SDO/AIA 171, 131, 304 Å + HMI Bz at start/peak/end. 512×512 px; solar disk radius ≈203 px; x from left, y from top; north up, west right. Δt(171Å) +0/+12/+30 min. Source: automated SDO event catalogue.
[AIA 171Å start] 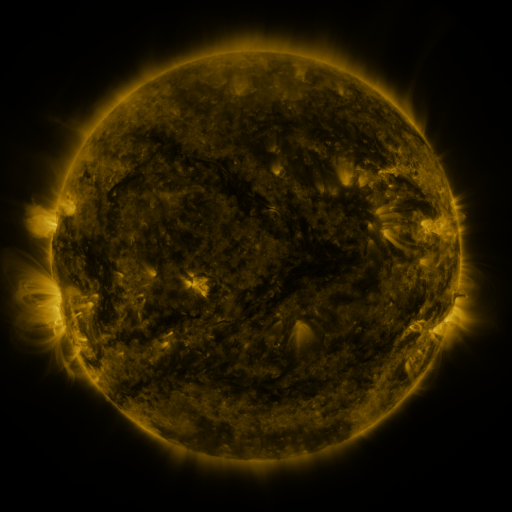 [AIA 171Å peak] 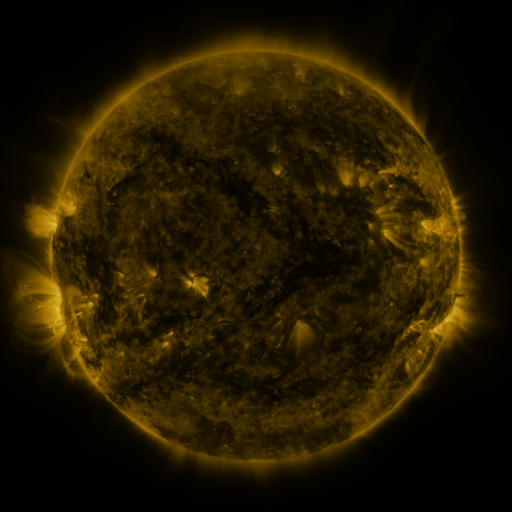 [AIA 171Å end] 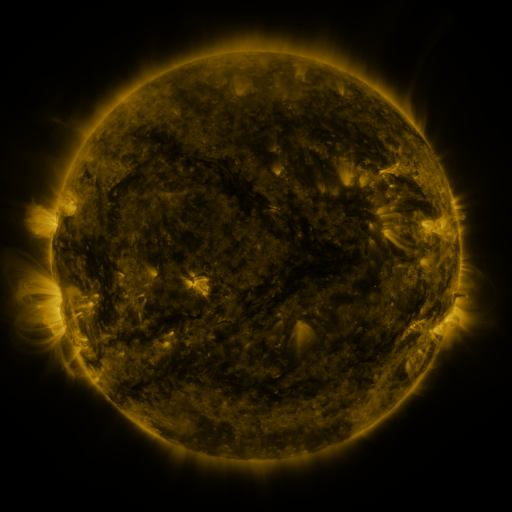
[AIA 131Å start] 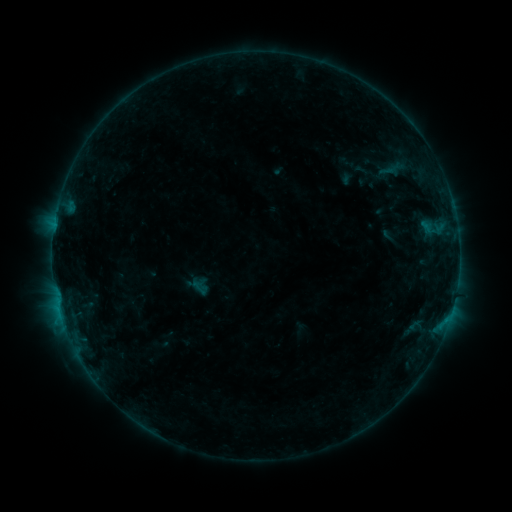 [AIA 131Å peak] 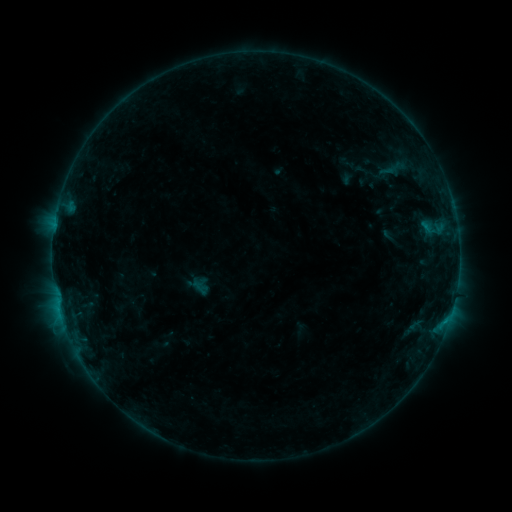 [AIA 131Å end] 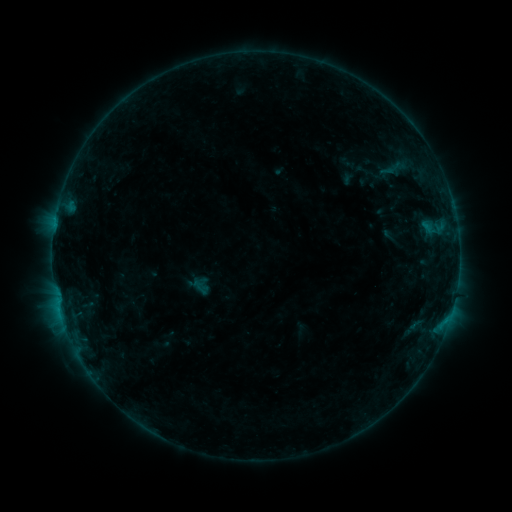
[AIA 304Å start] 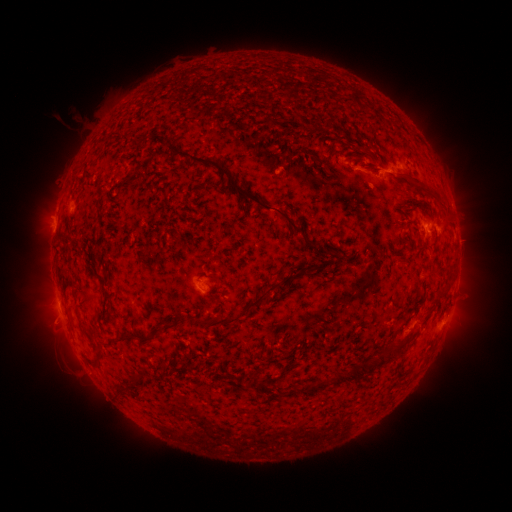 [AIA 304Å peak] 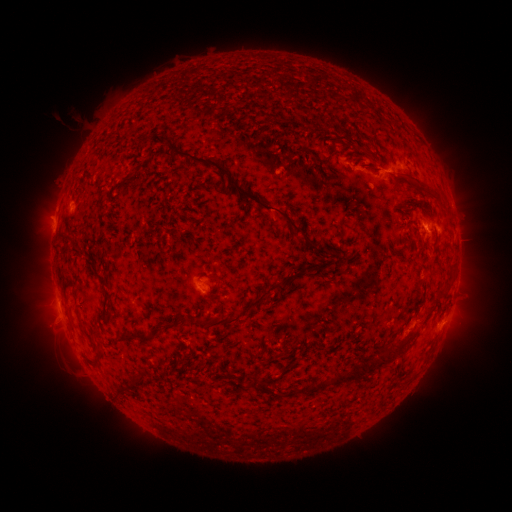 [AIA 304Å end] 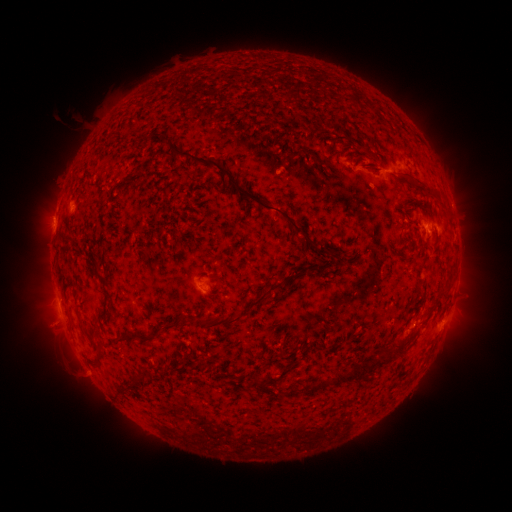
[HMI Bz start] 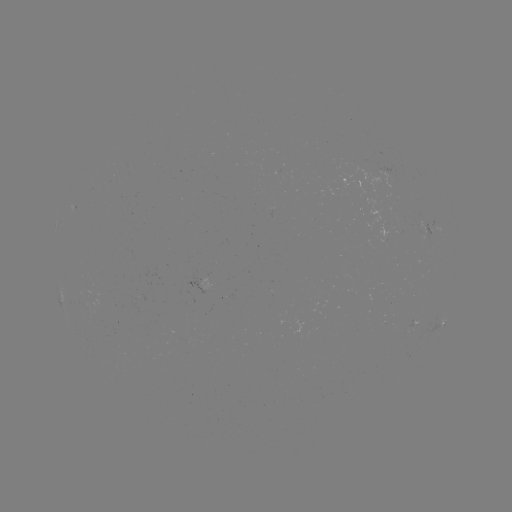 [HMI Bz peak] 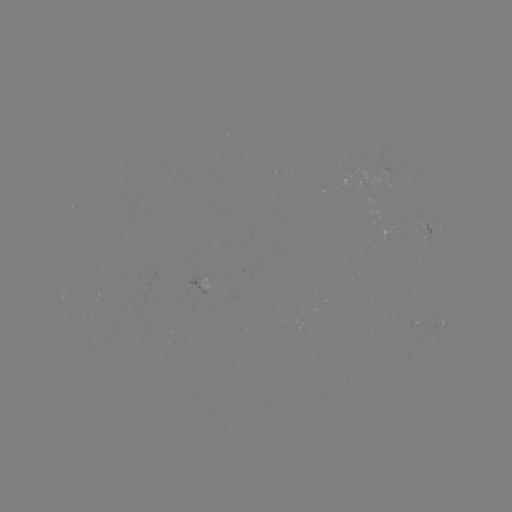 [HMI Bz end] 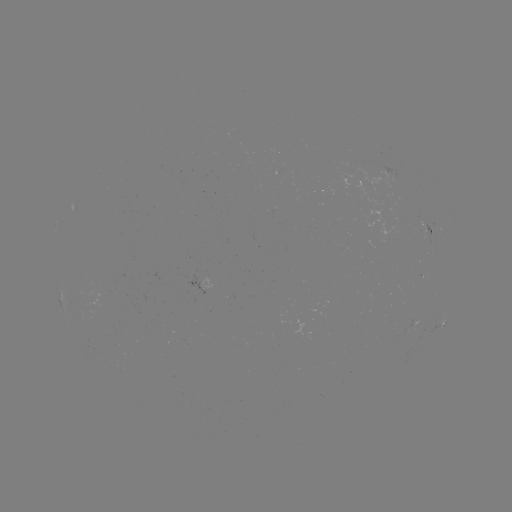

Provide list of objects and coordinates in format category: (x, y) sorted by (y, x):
B4.4 flare: (445, 321)
